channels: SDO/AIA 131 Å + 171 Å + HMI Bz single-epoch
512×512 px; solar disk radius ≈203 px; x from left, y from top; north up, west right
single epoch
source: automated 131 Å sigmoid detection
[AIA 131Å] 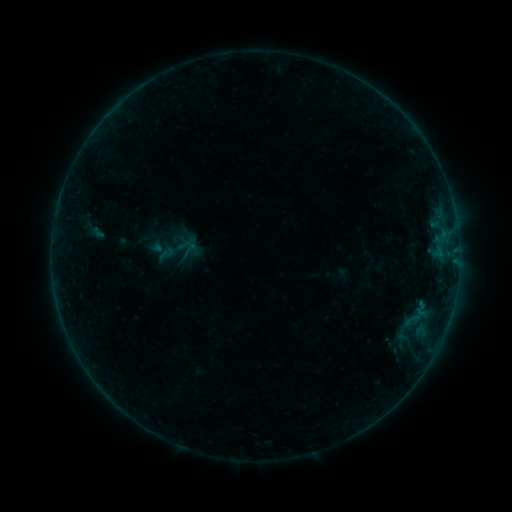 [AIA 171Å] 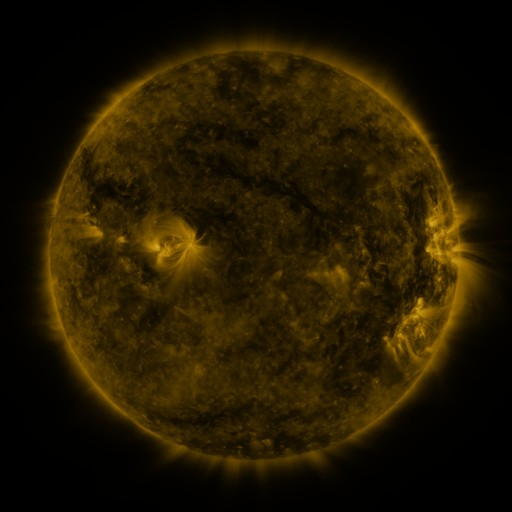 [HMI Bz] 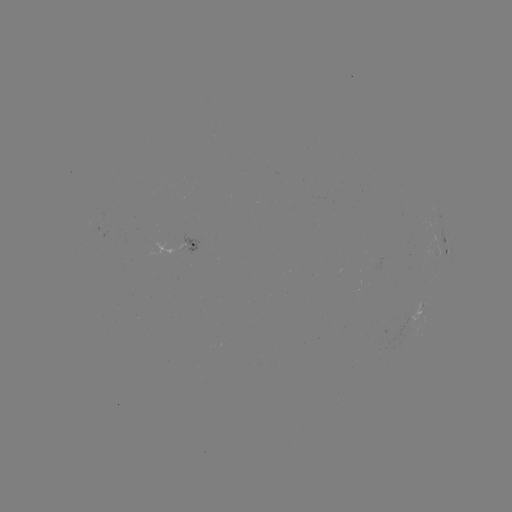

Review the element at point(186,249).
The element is sigmoid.